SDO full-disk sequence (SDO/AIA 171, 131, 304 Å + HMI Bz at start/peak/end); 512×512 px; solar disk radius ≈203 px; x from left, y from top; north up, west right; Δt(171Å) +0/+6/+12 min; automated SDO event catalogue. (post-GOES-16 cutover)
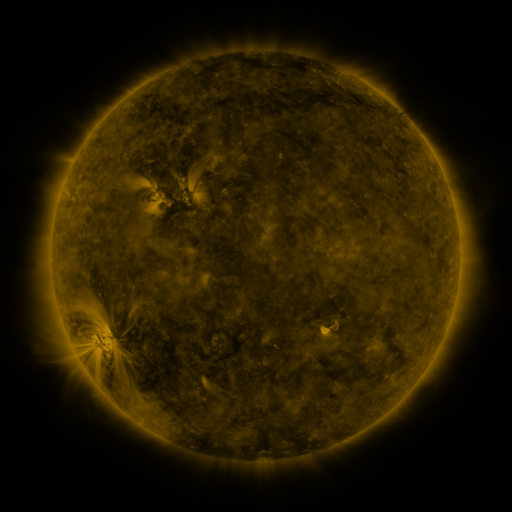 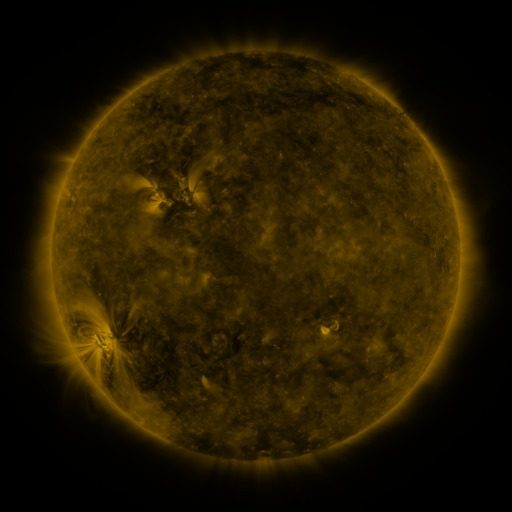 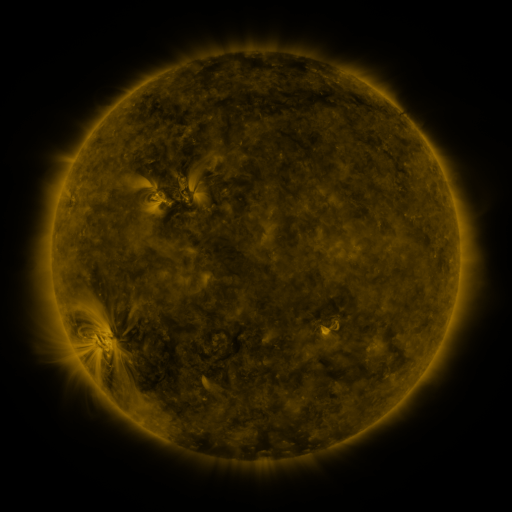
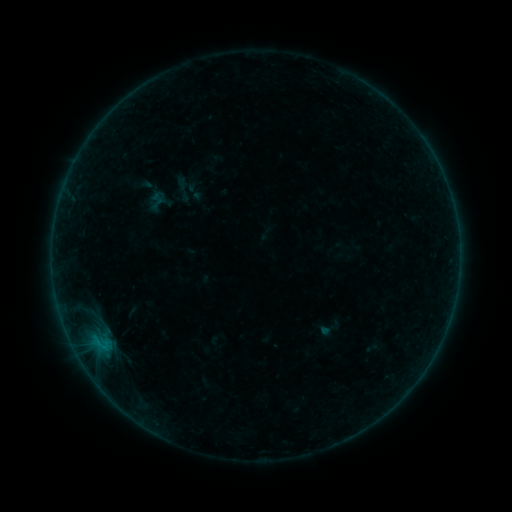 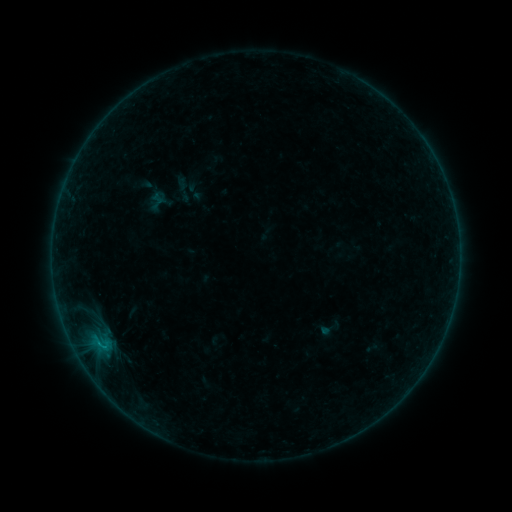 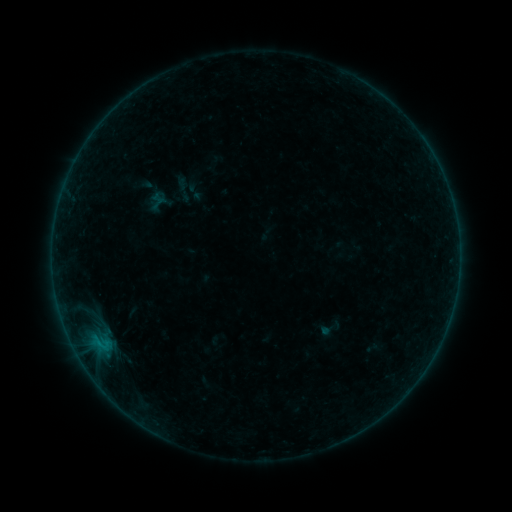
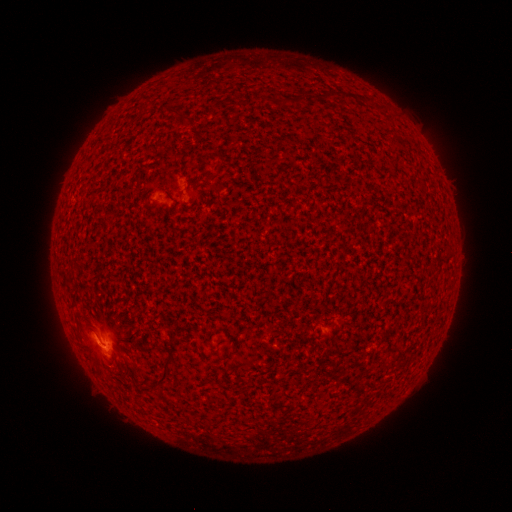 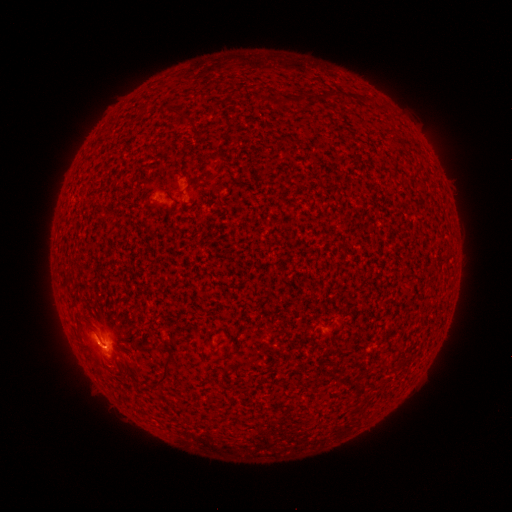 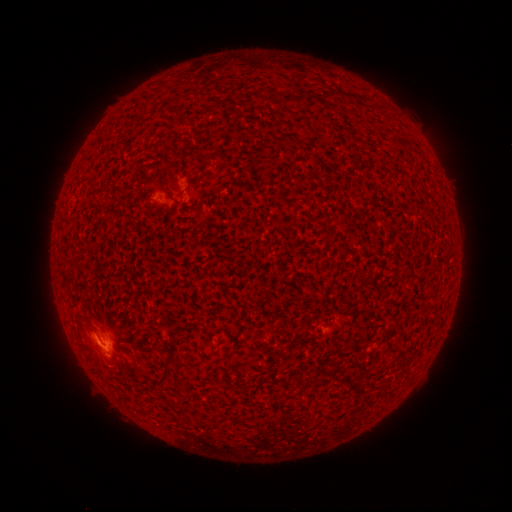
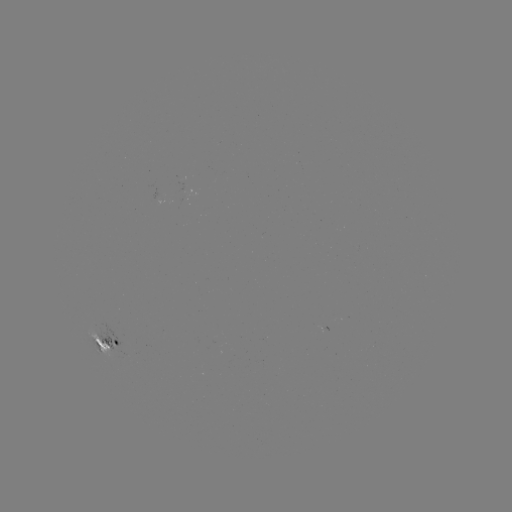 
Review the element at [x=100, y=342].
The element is B4.0 flare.